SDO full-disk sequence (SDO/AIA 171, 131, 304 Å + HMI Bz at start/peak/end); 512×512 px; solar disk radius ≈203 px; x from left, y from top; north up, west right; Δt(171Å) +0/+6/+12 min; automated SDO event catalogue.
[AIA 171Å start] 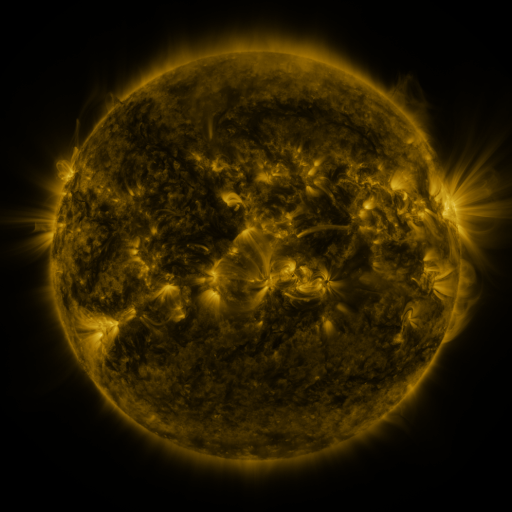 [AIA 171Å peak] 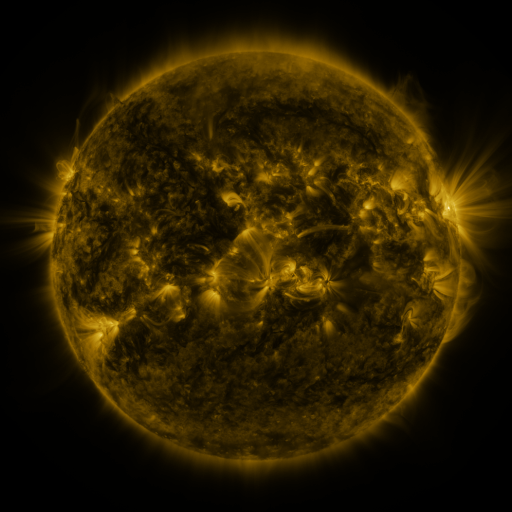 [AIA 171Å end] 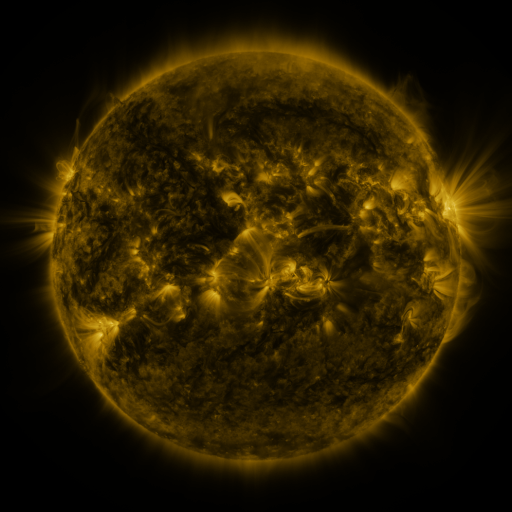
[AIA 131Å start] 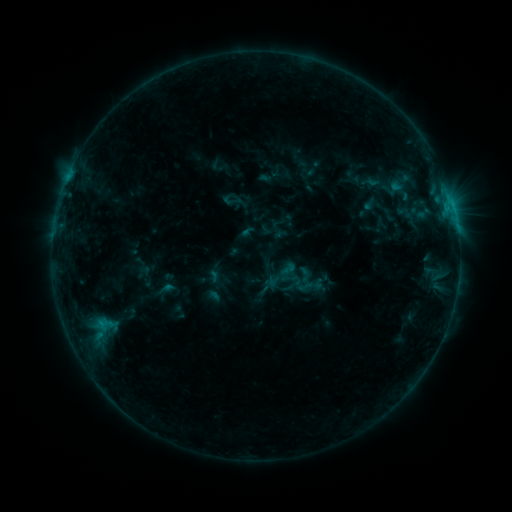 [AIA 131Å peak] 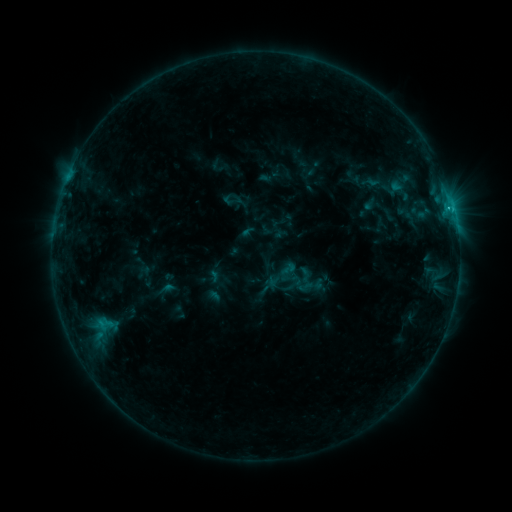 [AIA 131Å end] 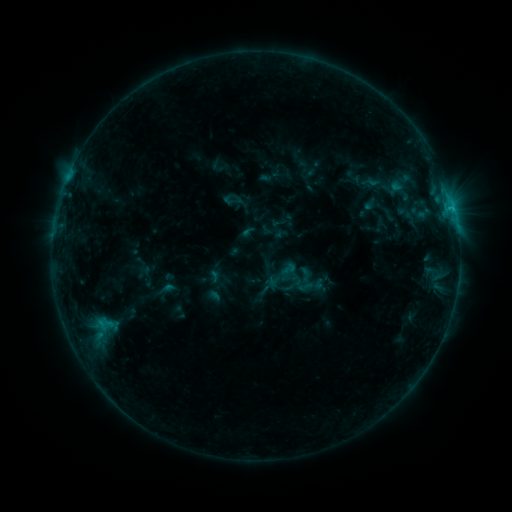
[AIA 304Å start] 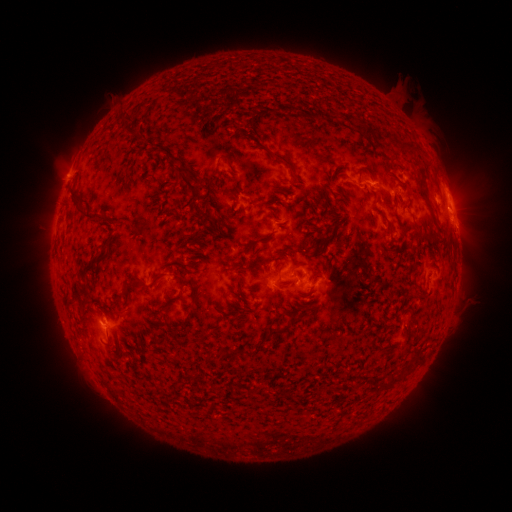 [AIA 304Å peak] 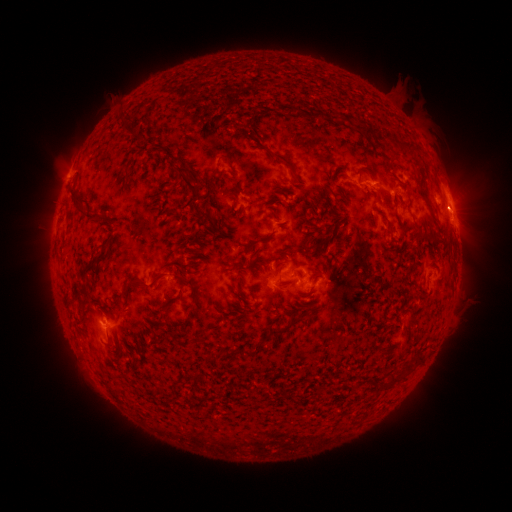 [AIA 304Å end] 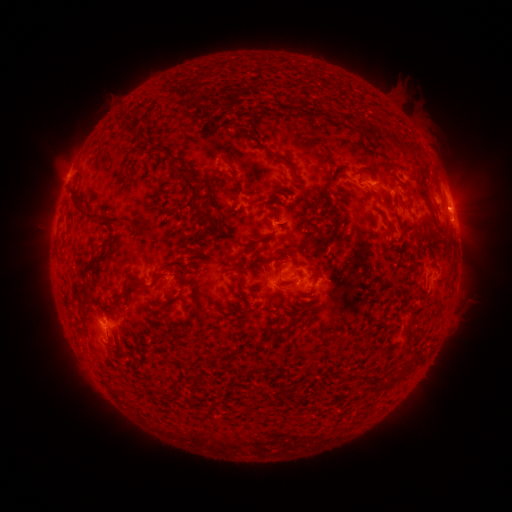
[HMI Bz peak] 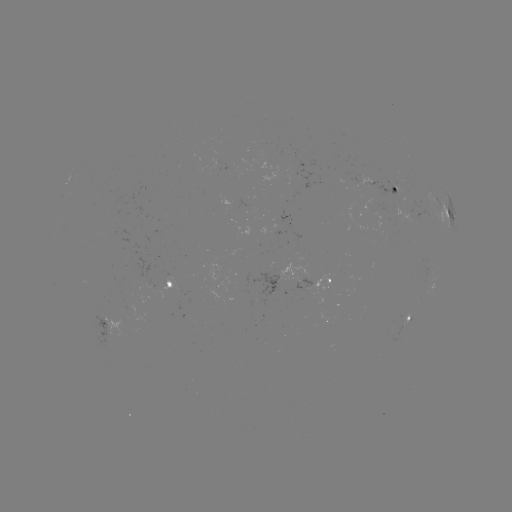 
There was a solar flare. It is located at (451, 212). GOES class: B9.1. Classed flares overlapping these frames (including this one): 1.